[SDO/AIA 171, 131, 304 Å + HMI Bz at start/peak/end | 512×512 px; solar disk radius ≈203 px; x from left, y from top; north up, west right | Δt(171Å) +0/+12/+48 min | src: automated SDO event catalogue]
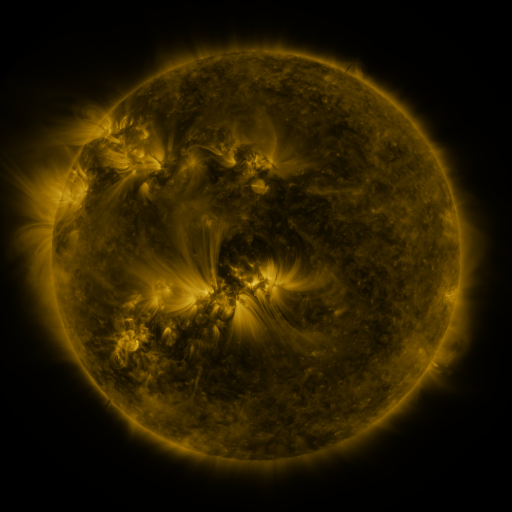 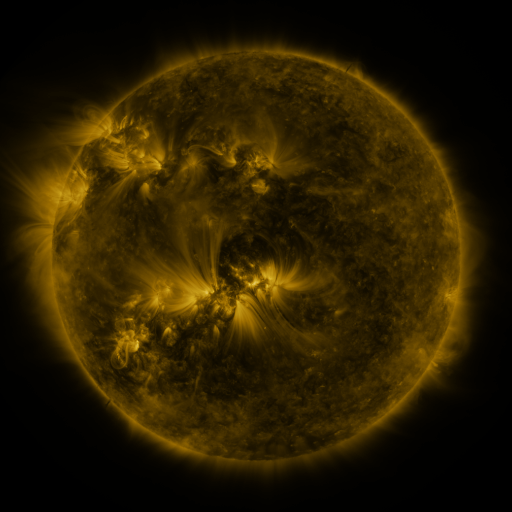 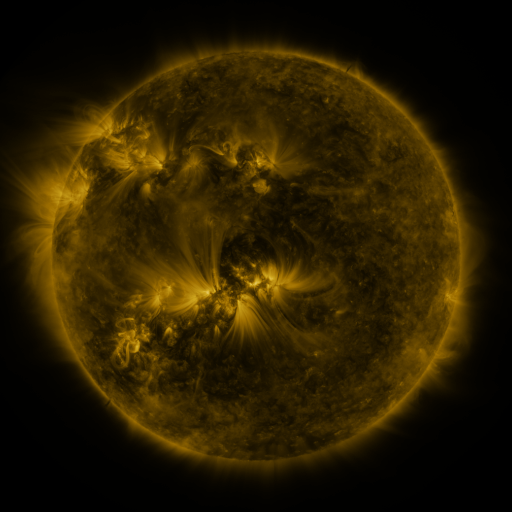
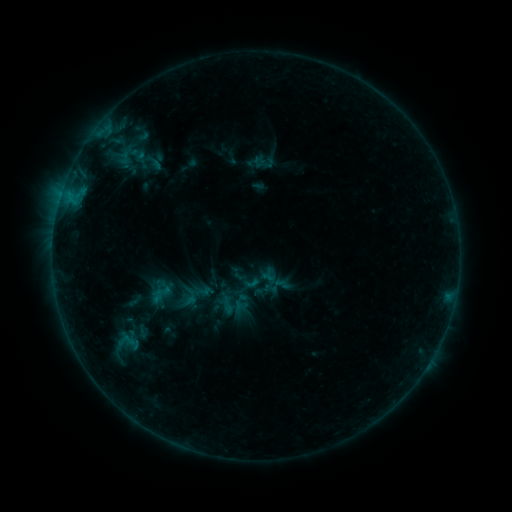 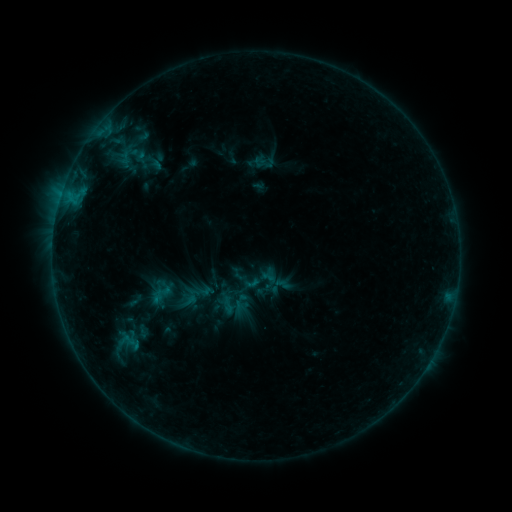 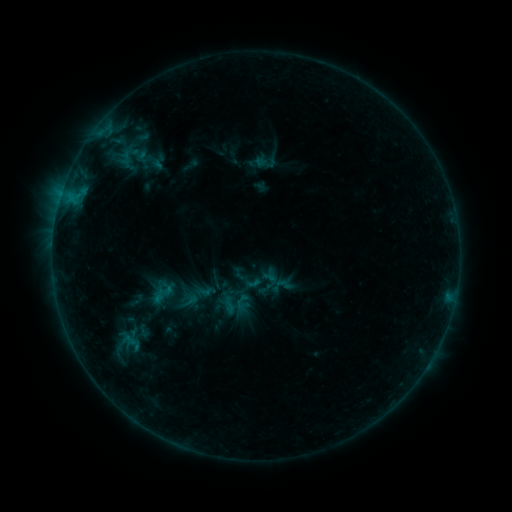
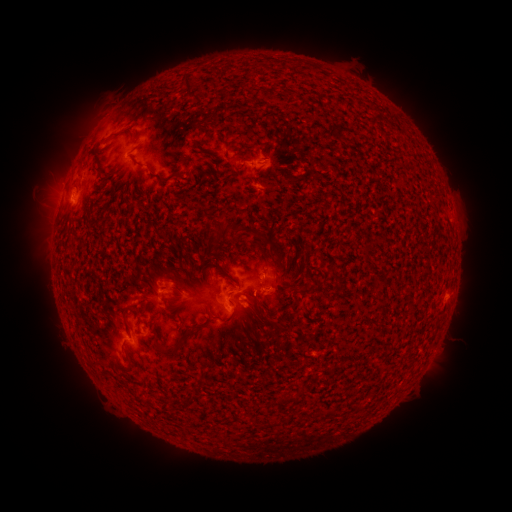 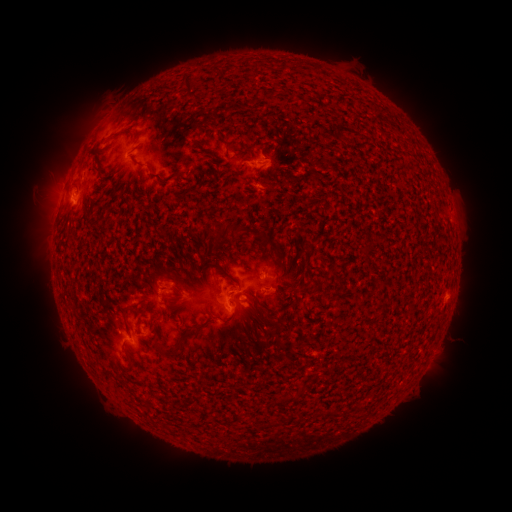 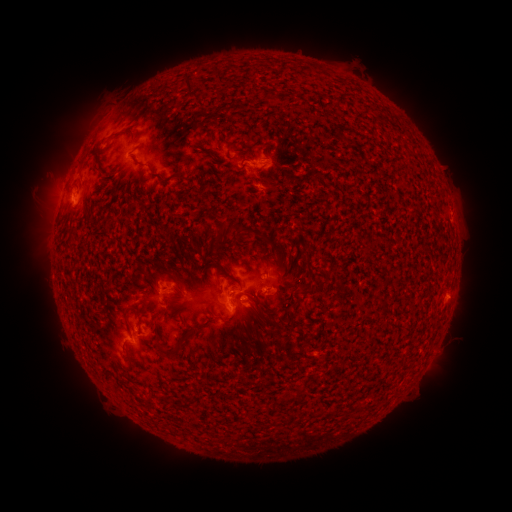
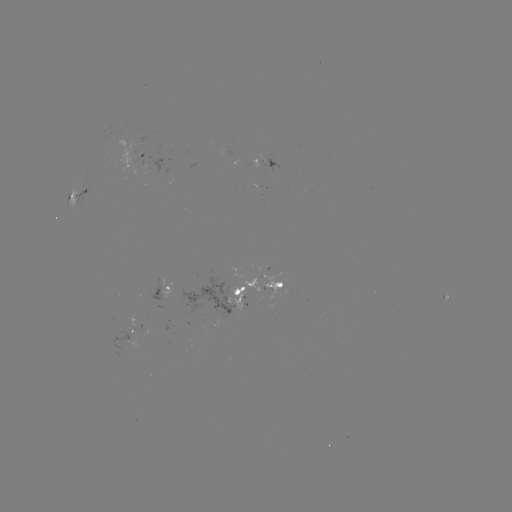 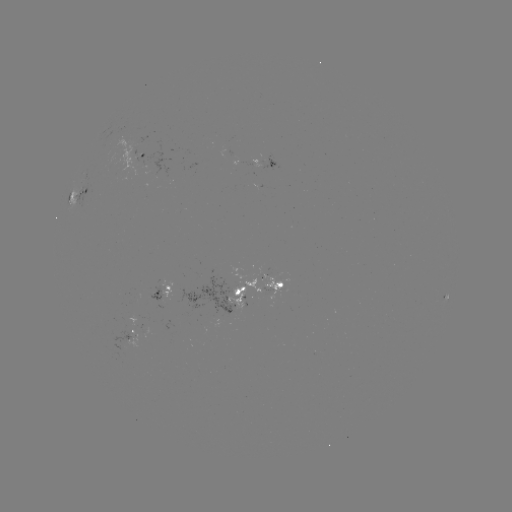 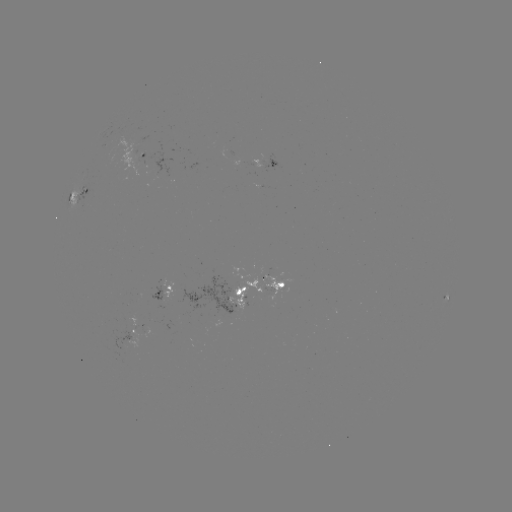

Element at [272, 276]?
emerging-flux region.